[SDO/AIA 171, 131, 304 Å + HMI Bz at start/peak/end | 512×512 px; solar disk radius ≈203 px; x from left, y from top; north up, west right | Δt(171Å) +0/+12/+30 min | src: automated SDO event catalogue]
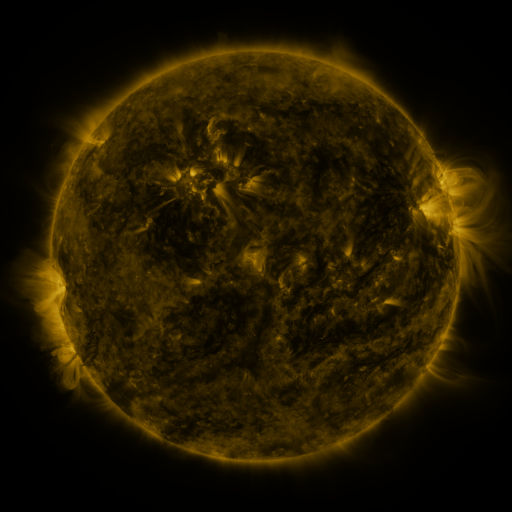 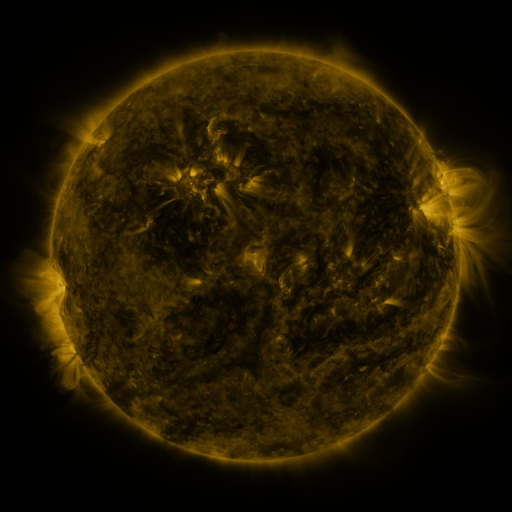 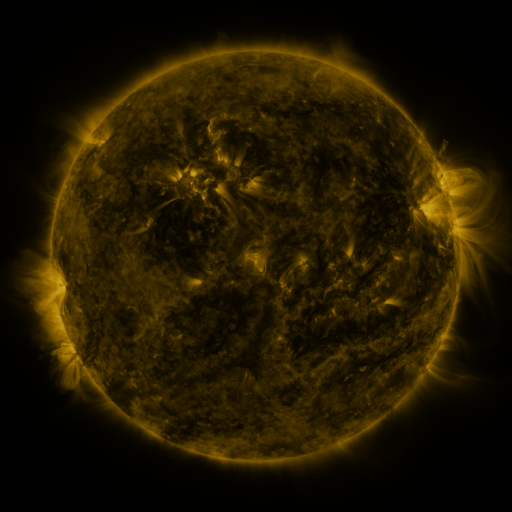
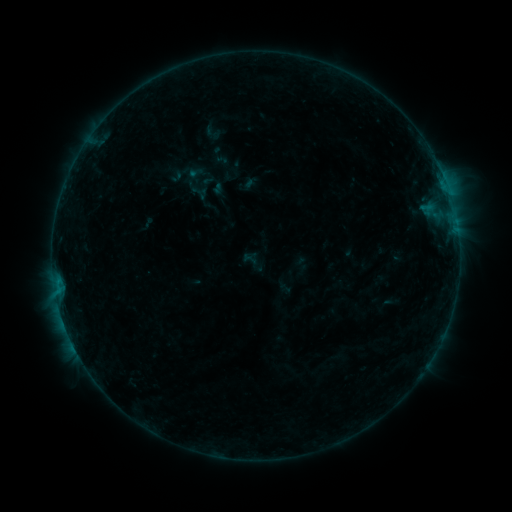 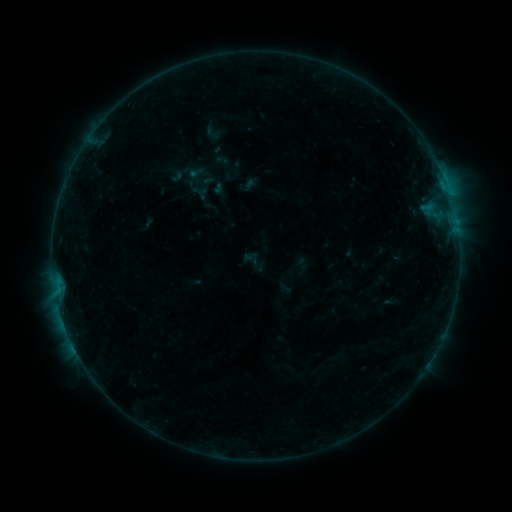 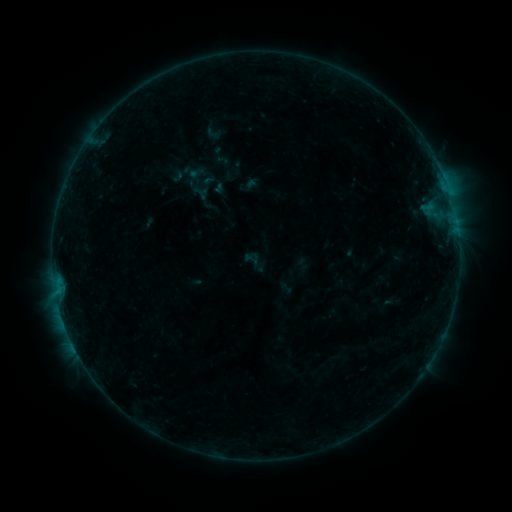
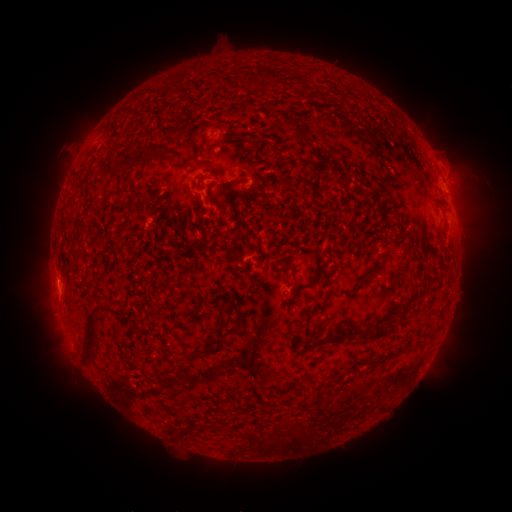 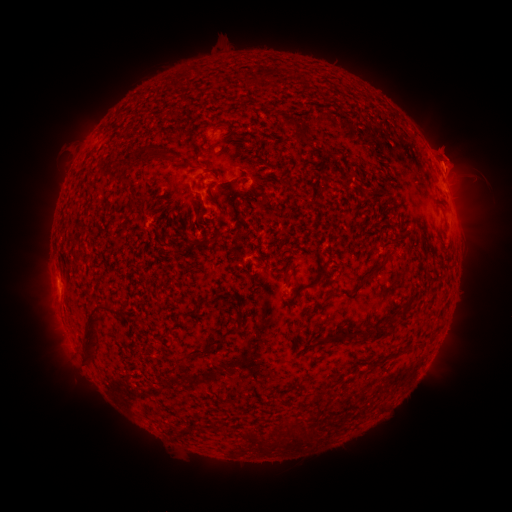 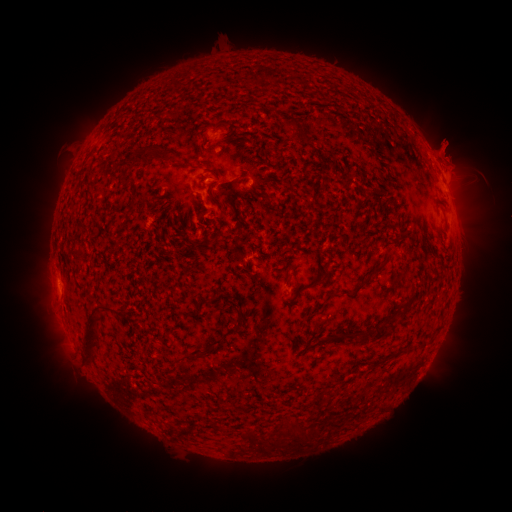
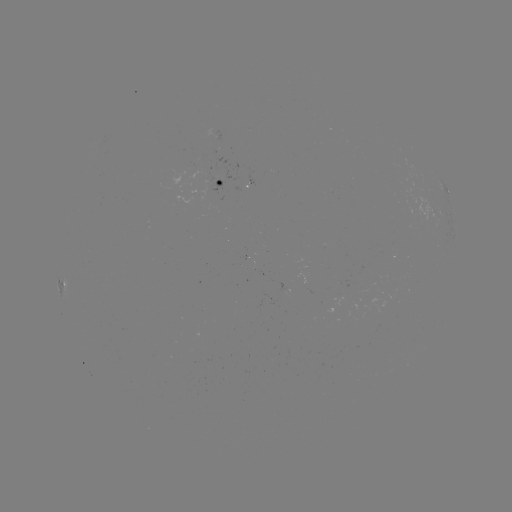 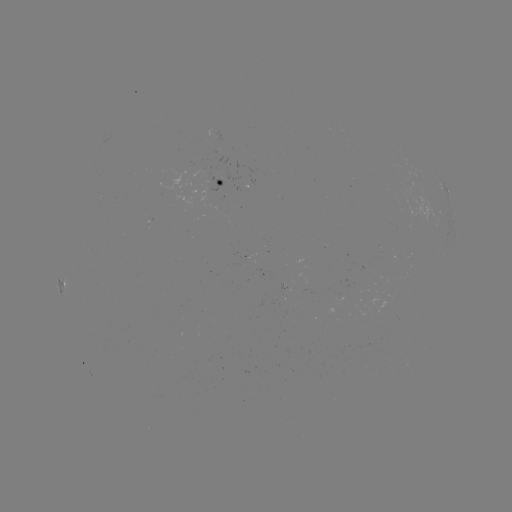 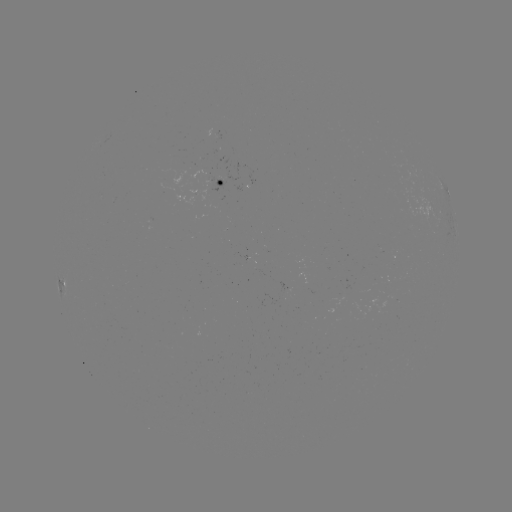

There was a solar eruption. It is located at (454, 155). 